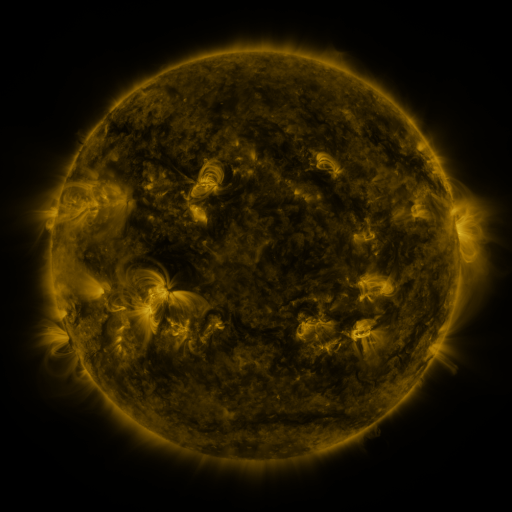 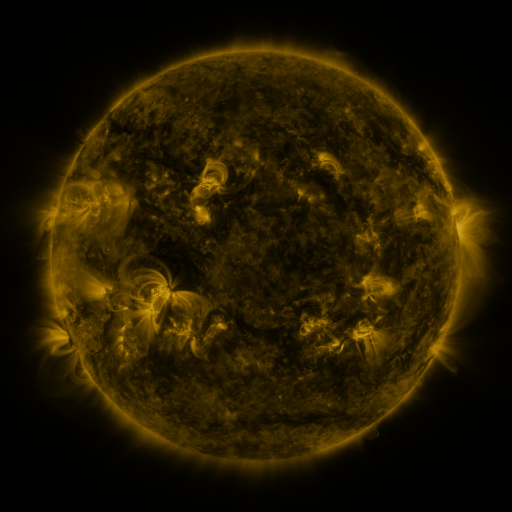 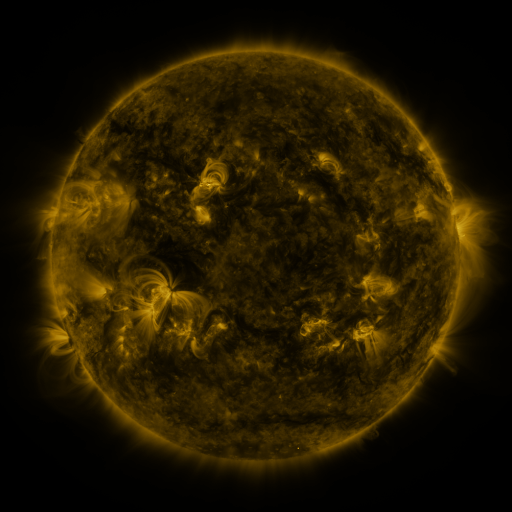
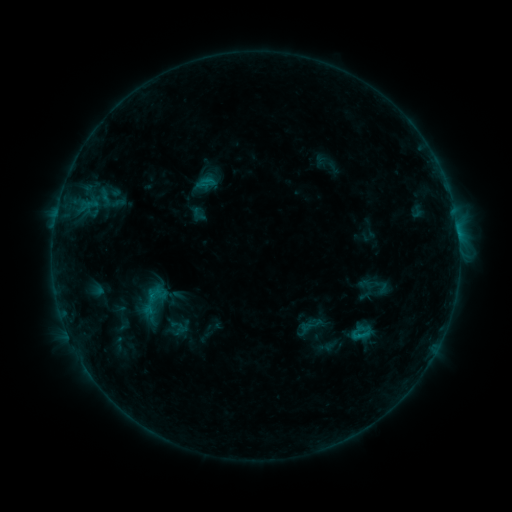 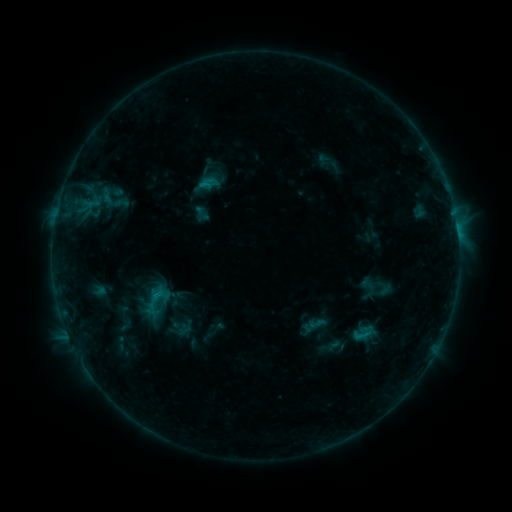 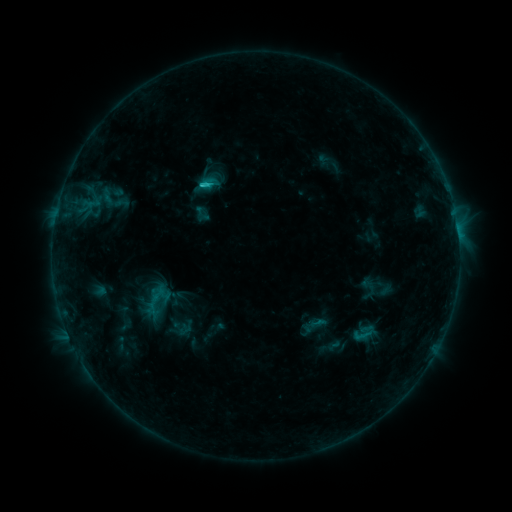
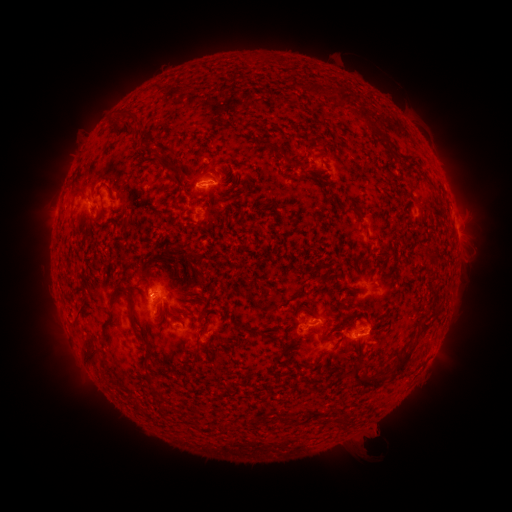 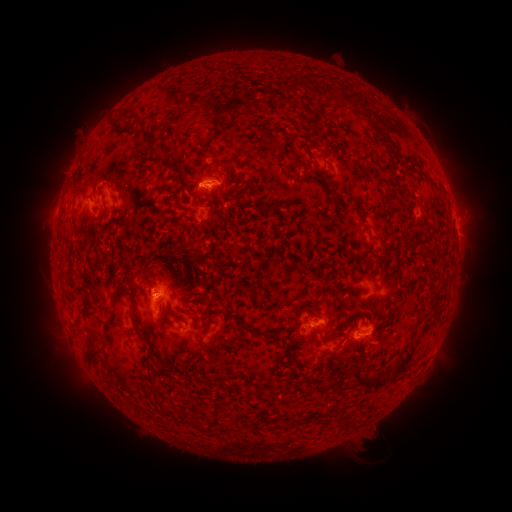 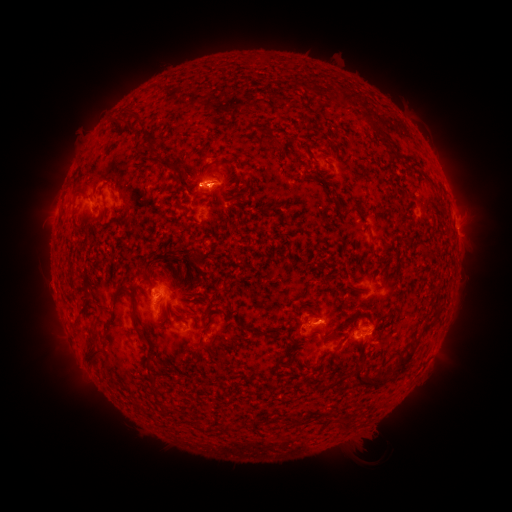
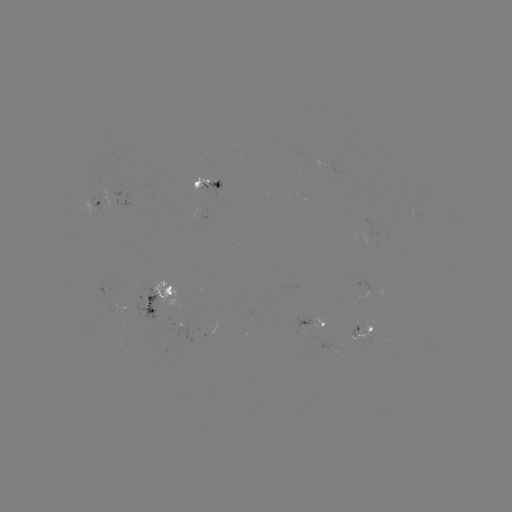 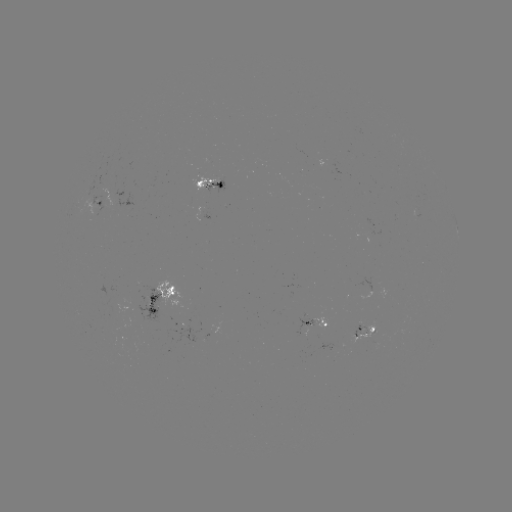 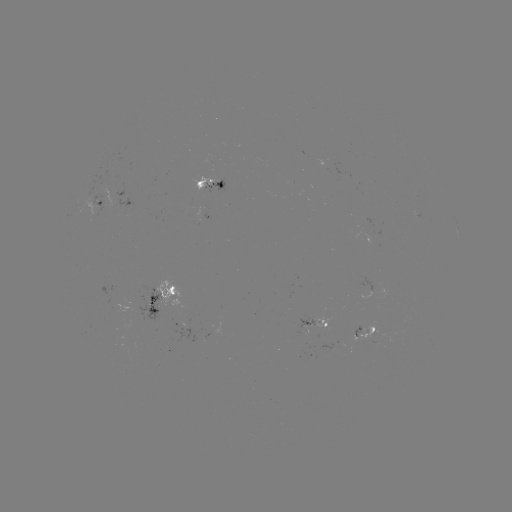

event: emerging-flux region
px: (93, 211)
